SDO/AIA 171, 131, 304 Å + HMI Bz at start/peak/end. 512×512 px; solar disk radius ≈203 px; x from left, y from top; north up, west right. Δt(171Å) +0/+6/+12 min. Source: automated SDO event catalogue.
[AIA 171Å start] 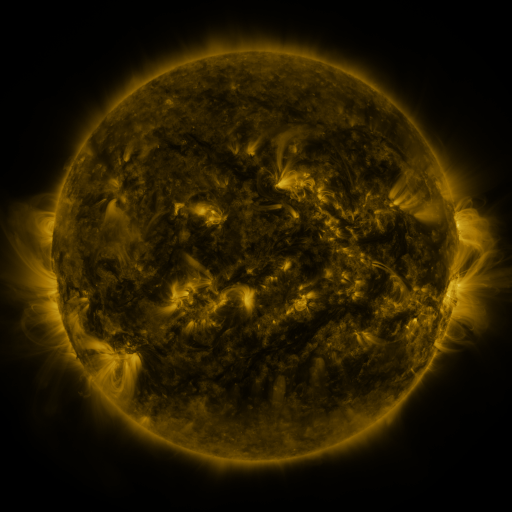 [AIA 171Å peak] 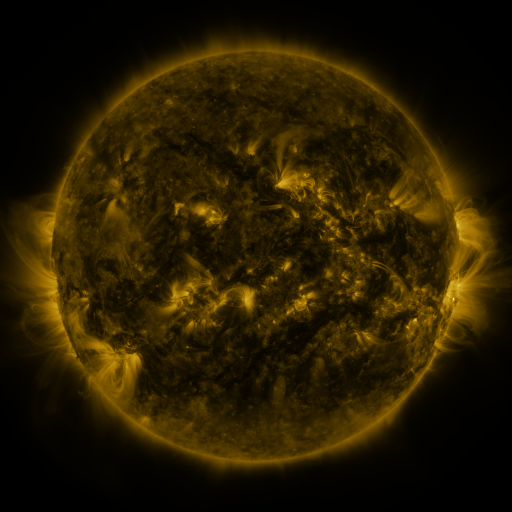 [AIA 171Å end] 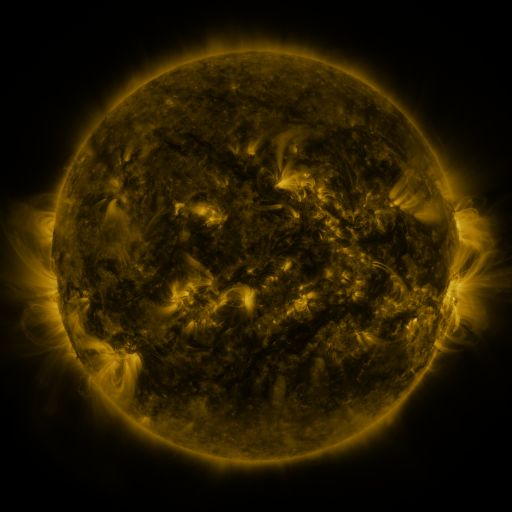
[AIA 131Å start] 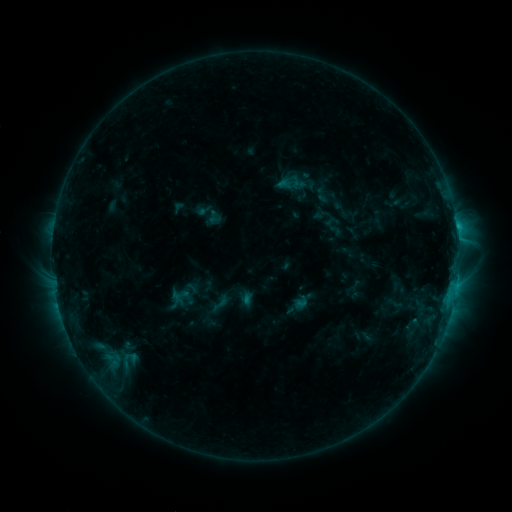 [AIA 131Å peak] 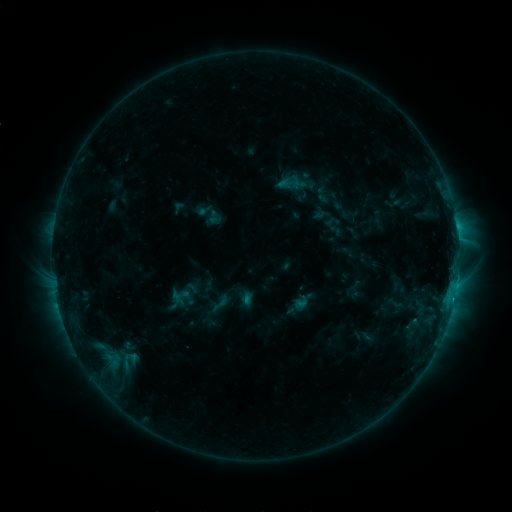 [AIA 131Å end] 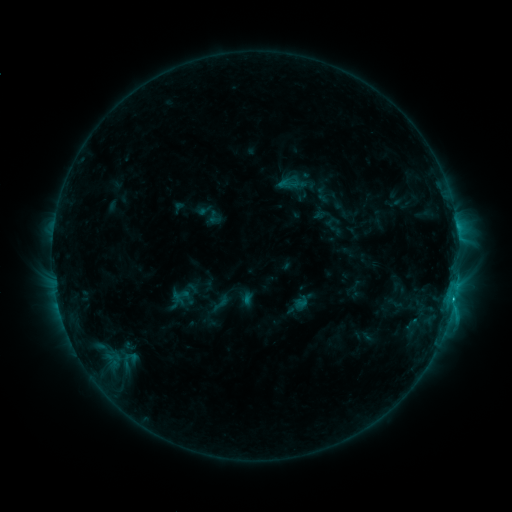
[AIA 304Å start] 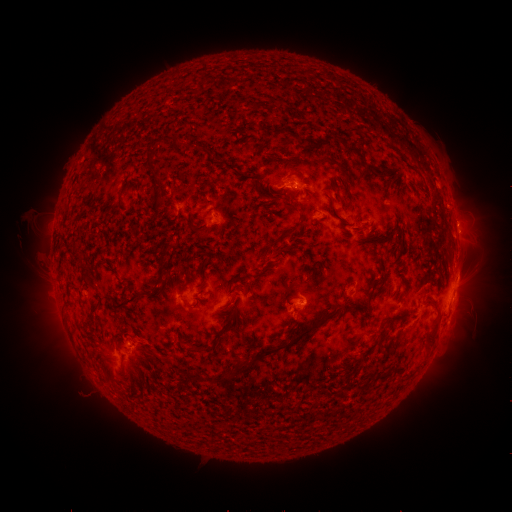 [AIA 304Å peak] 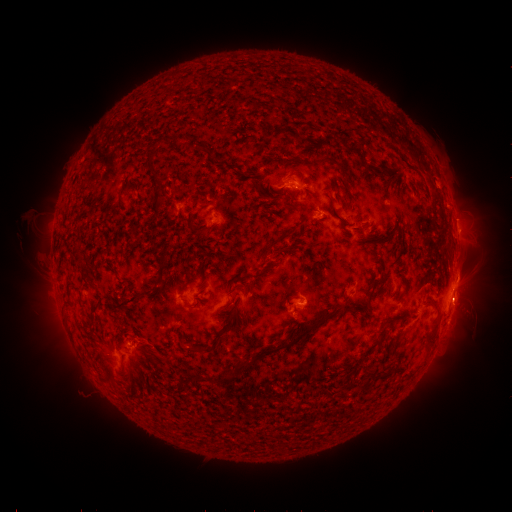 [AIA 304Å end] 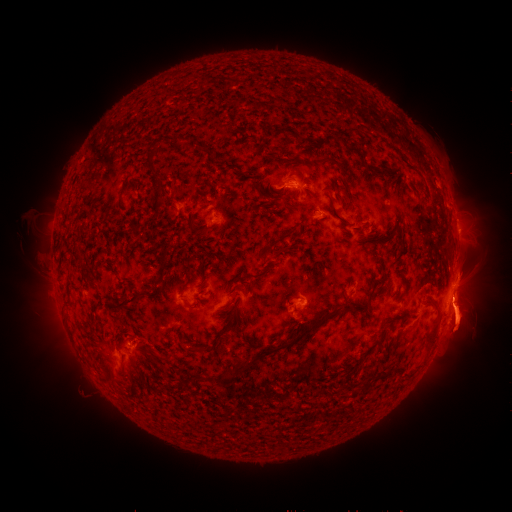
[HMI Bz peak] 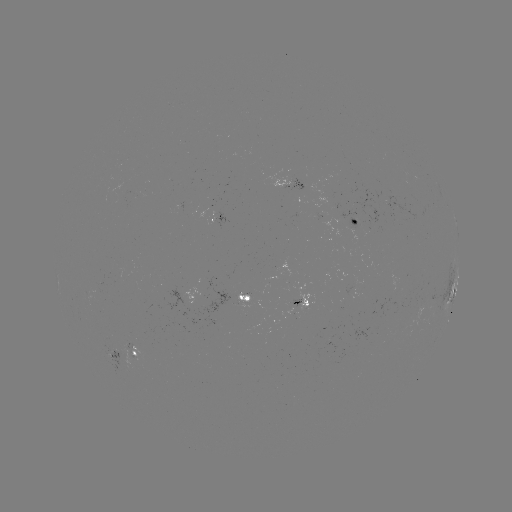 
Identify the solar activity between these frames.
C2.6 flare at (453, 299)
